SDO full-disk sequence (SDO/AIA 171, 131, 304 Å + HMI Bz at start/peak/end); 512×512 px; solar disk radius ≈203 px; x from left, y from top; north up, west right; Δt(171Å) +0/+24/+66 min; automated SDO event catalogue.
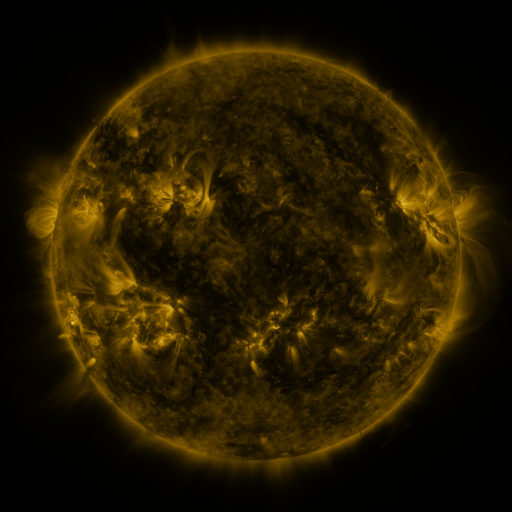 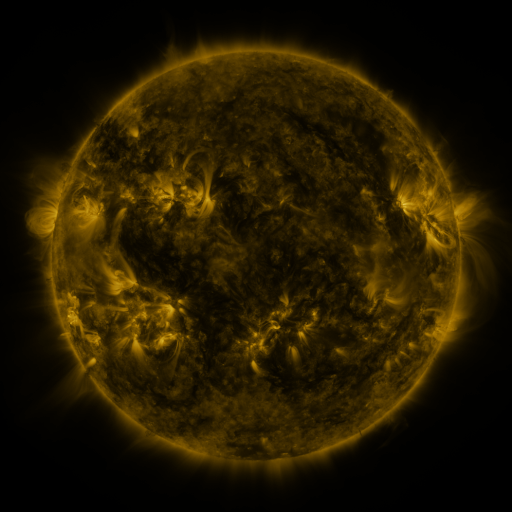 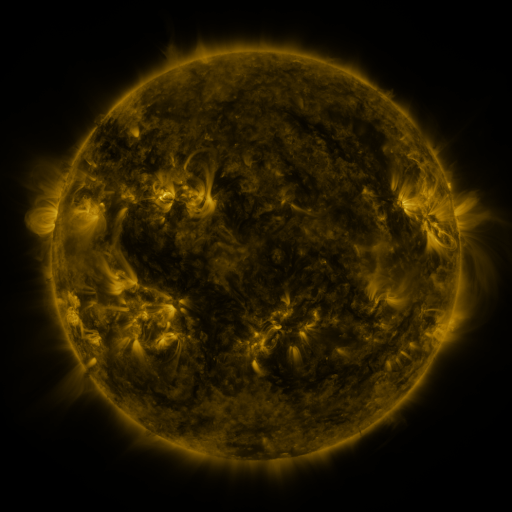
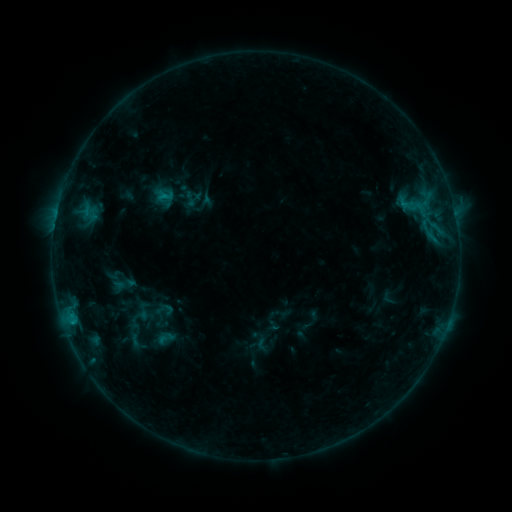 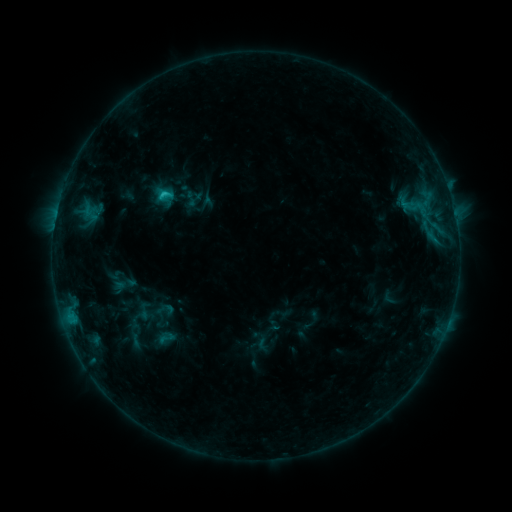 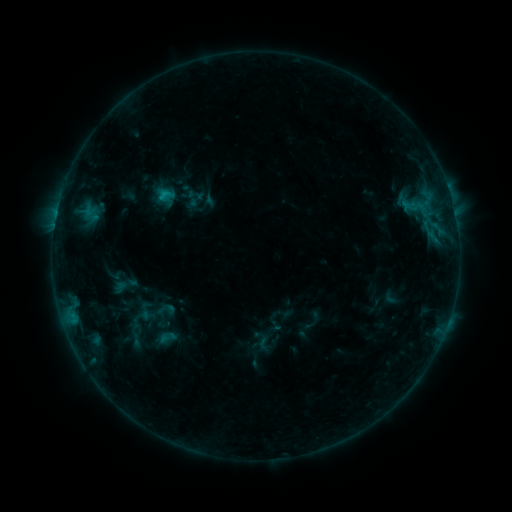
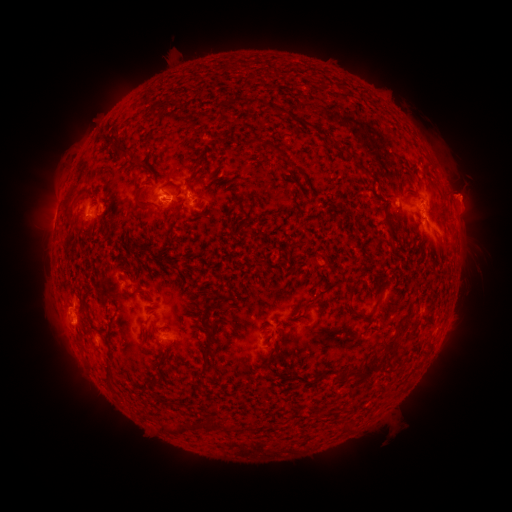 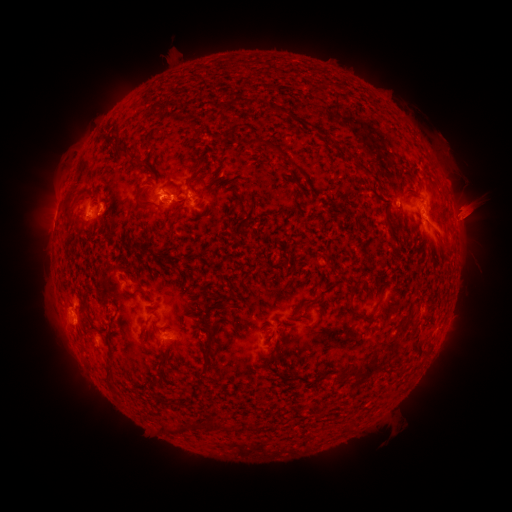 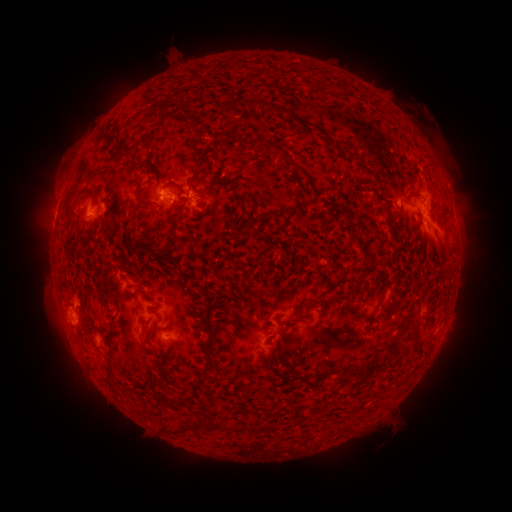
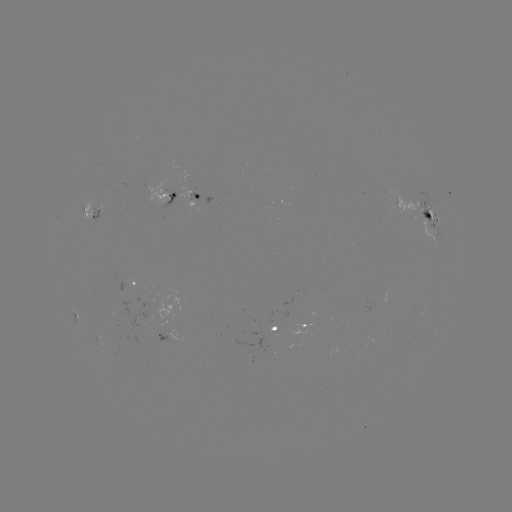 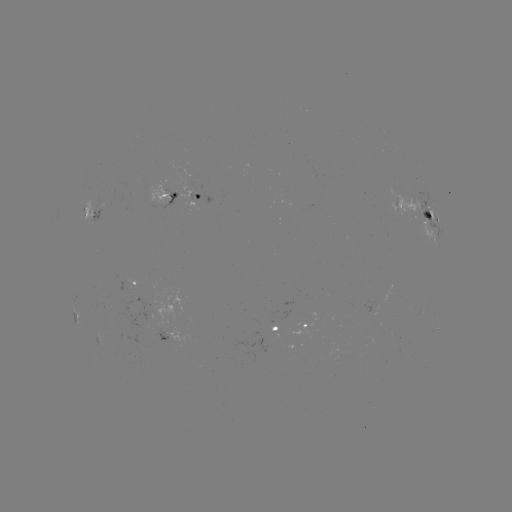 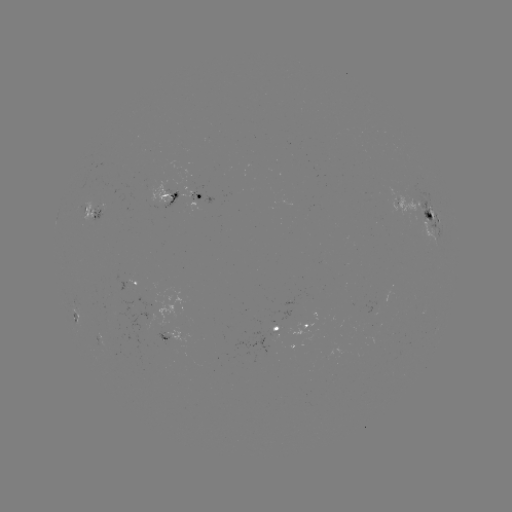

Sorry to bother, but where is C1.6 flare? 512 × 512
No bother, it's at (166, 195).